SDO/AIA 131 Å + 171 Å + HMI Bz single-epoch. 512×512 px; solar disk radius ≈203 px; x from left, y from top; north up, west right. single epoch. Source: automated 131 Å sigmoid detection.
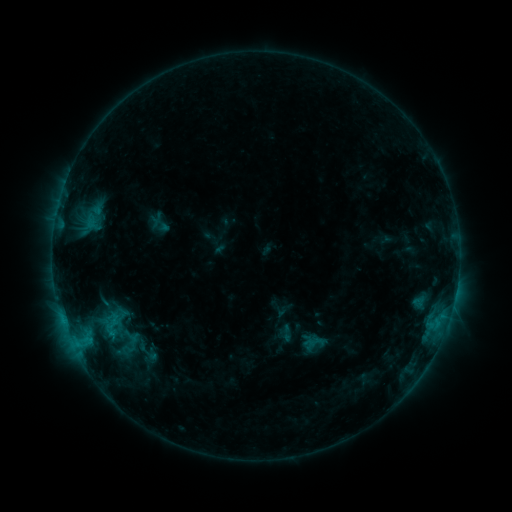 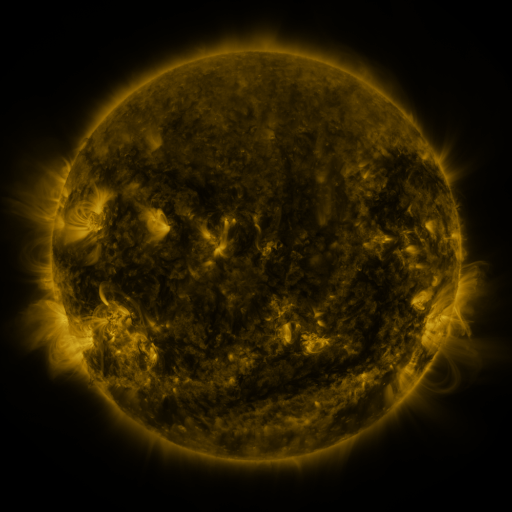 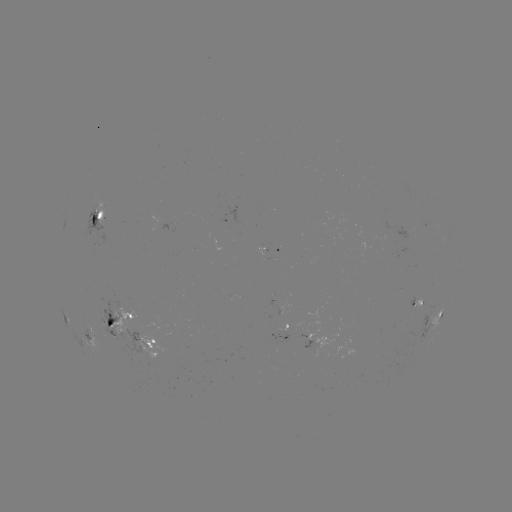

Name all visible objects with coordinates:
sigmoid: (109, 324)
